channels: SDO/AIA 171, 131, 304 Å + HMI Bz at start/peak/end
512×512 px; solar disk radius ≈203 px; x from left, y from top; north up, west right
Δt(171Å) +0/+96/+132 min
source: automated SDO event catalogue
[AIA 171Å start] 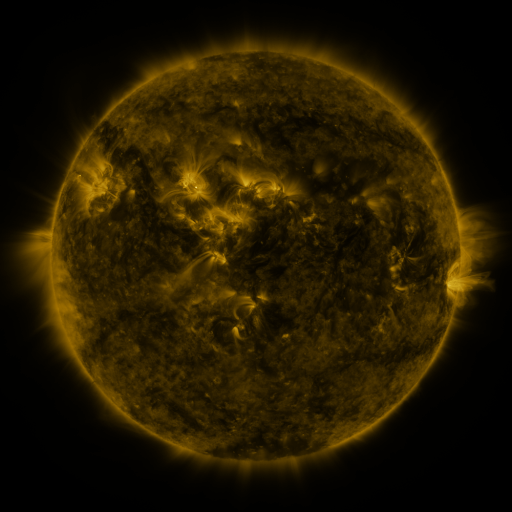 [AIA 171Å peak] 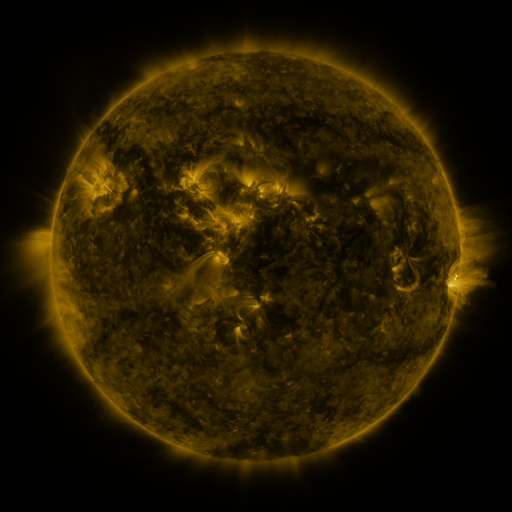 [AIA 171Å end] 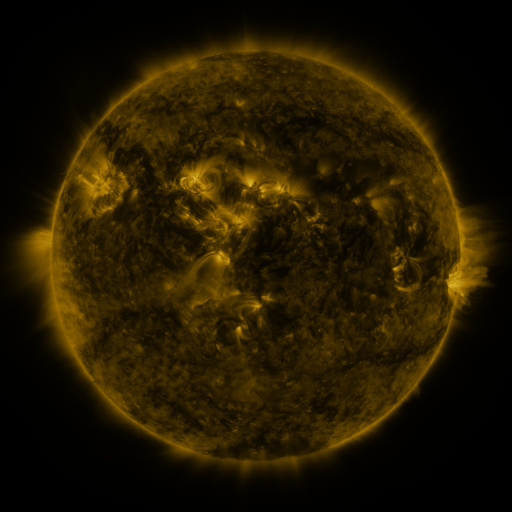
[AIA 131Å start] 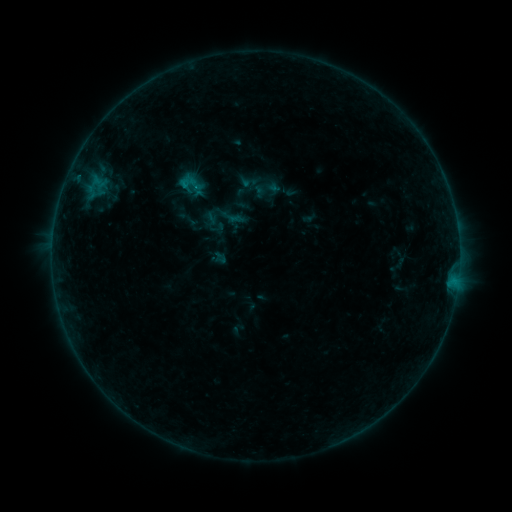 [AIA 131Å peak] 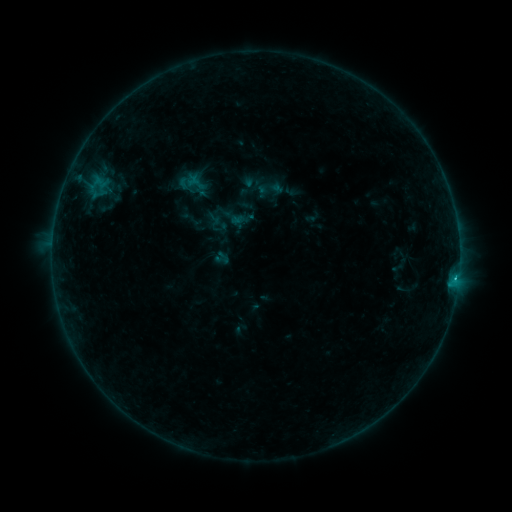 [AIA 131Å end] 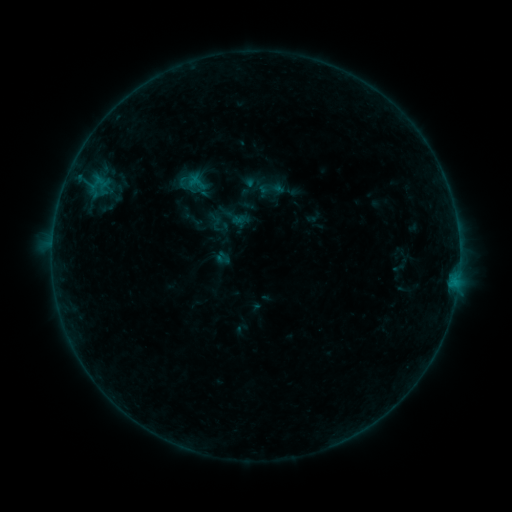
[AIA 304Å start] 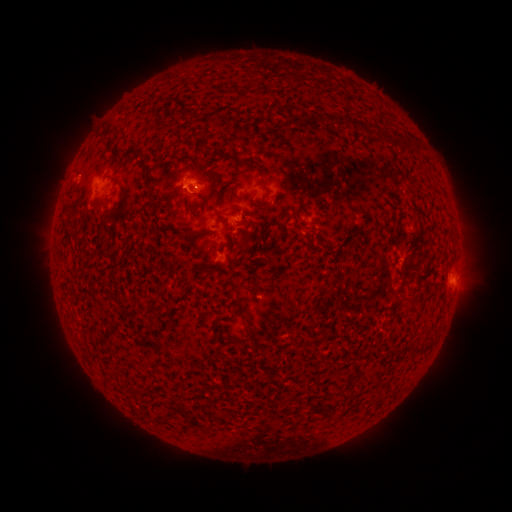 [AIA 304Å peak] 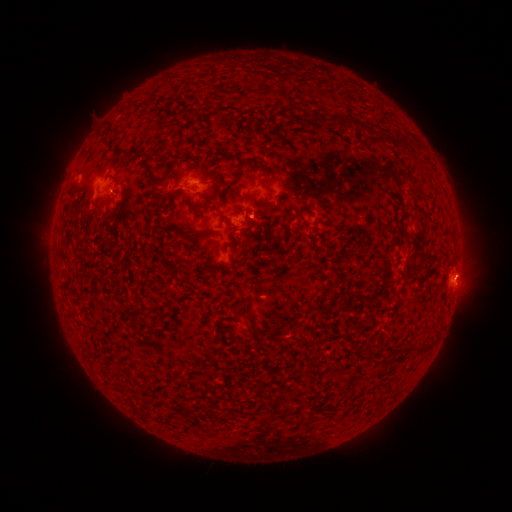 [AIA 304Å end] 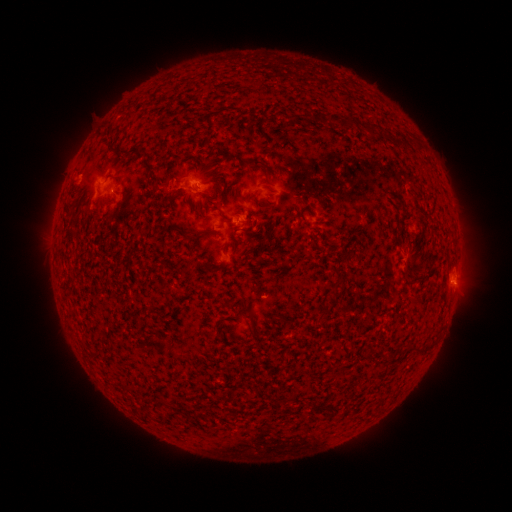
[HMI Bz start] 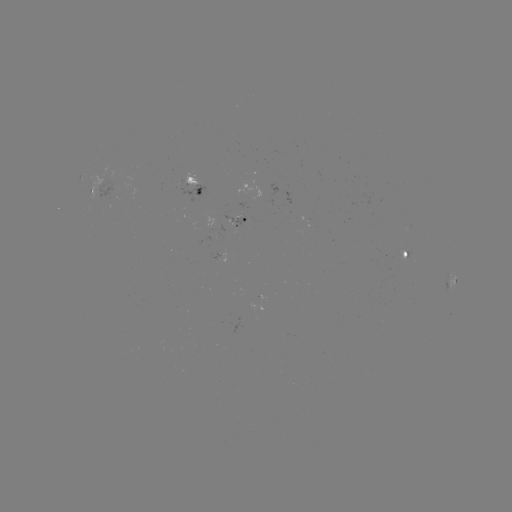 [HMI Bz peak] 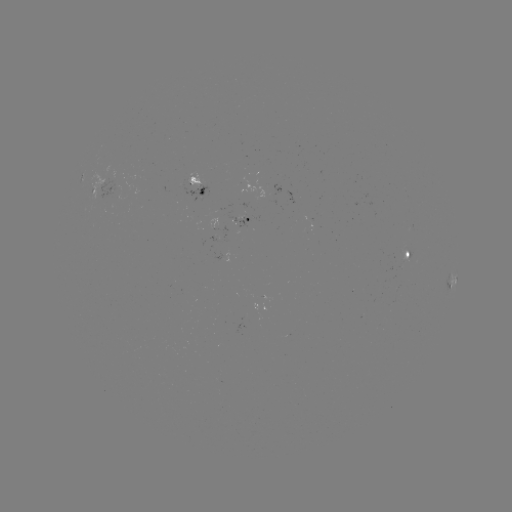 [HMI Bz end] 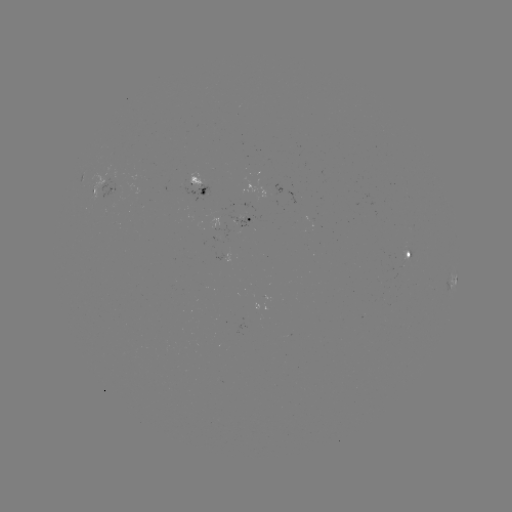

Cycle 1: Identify emerging-flux region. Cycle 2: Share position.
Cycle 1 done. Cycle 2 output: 244,217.